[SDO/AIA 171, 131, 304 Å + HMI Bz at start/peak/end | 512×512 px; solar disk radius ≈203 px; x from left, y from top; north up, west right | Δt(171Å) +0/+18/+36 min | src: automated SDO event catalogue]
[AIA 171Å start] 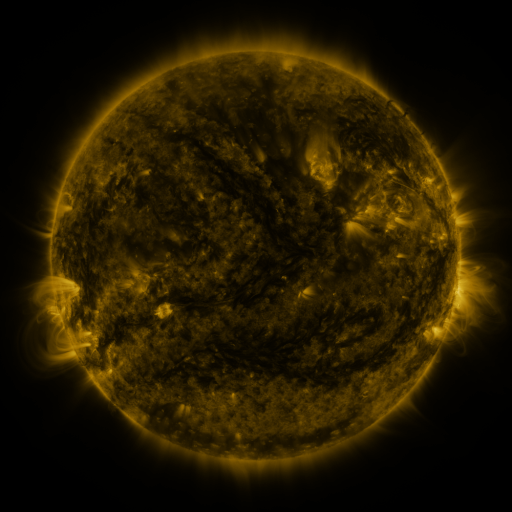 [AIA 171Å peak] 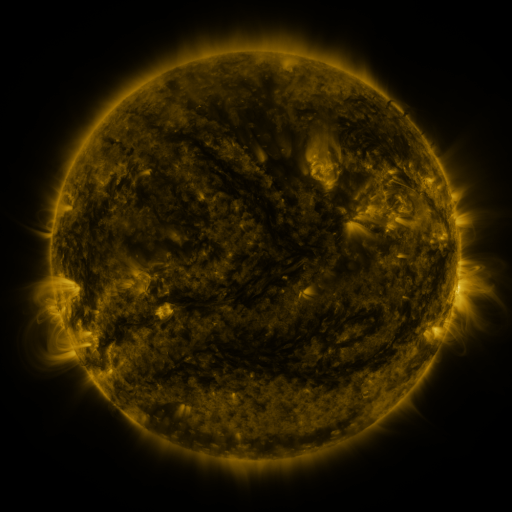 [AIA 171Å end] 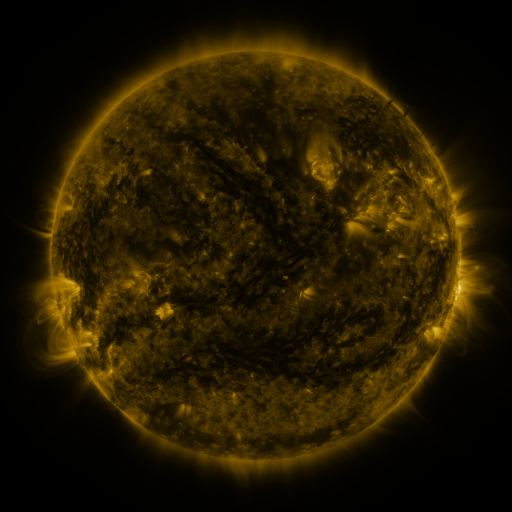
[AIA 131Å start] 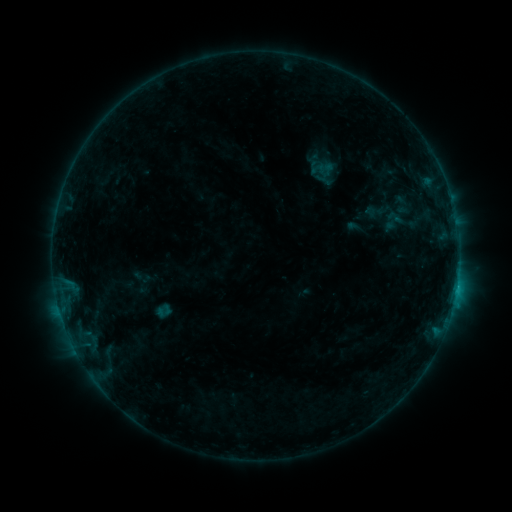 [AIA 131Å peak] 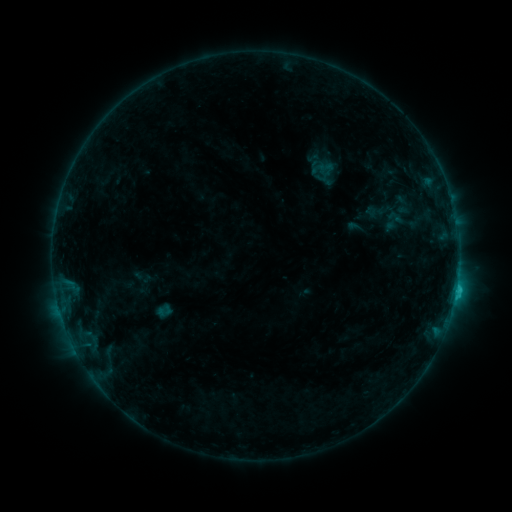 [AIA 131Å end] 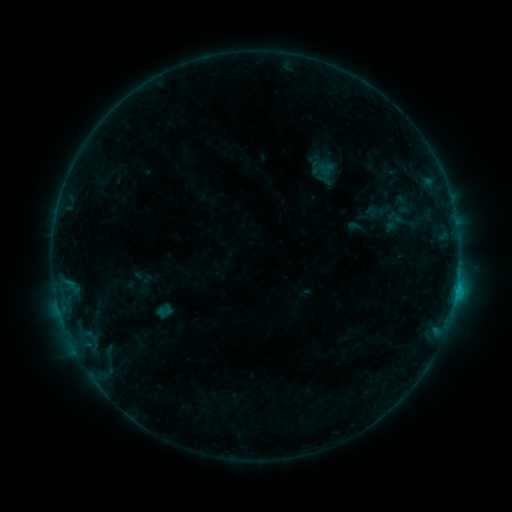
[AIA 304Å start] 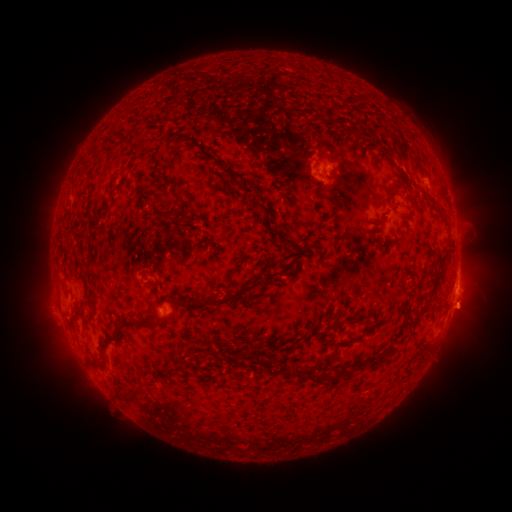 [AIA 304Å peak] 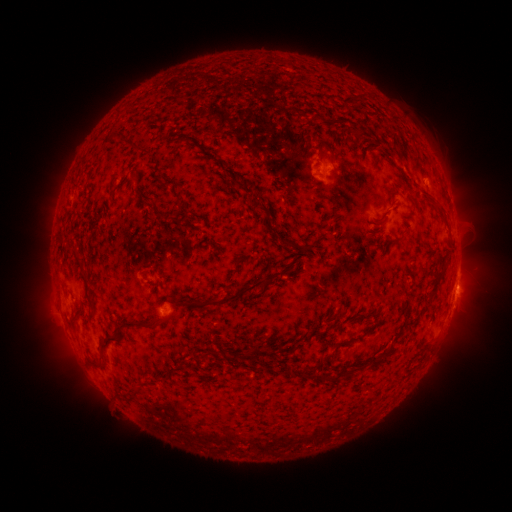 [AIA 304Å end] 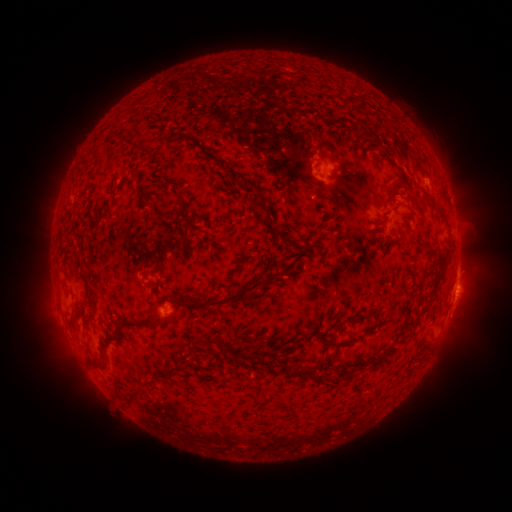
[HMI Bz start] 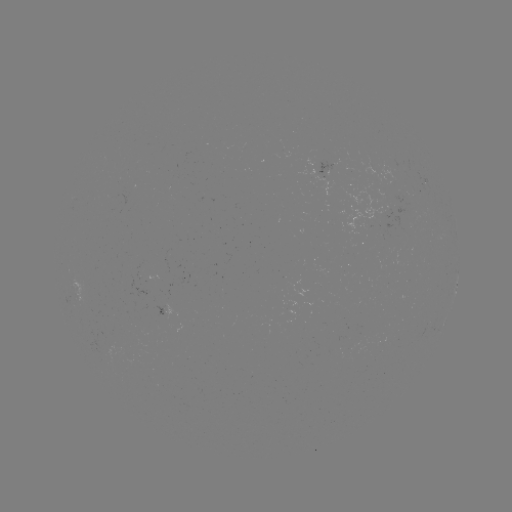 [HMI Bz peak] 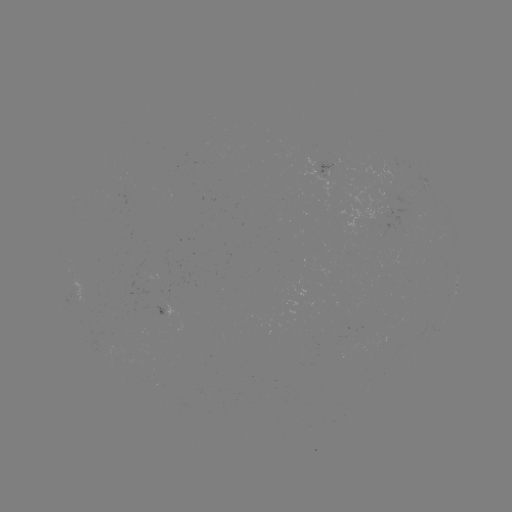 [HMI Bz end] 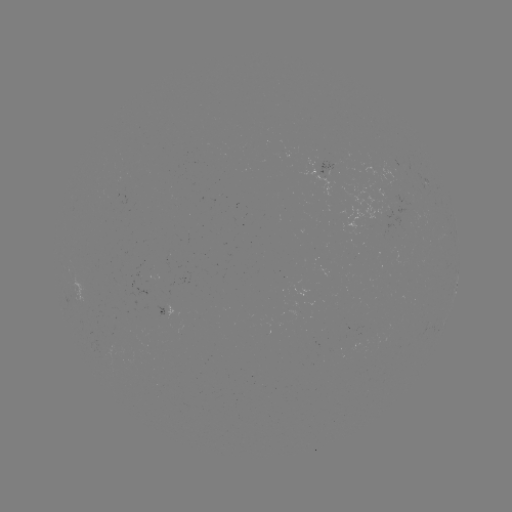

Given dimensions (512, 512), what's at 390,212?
C1.0 flare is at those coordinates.